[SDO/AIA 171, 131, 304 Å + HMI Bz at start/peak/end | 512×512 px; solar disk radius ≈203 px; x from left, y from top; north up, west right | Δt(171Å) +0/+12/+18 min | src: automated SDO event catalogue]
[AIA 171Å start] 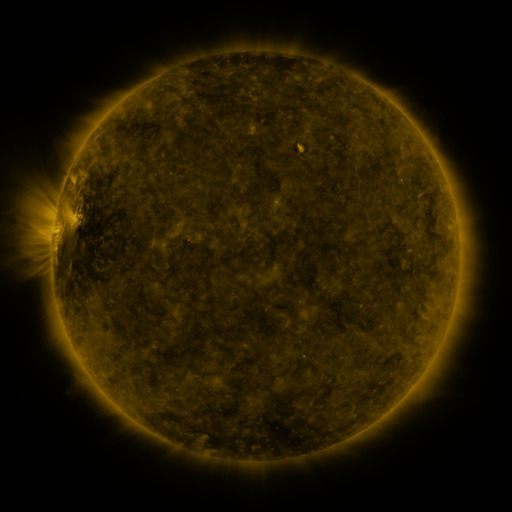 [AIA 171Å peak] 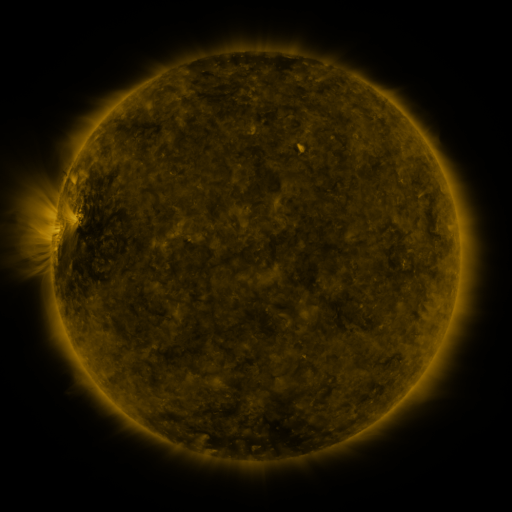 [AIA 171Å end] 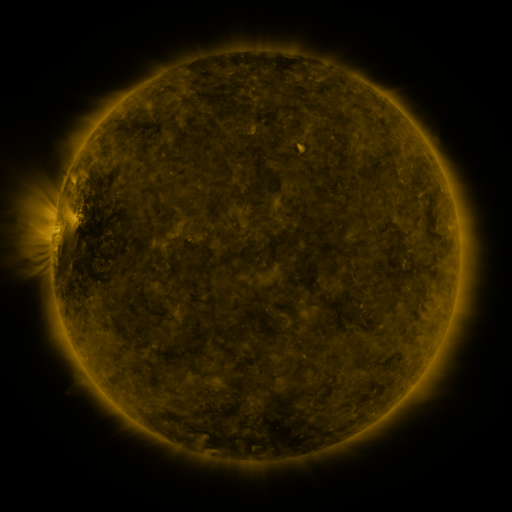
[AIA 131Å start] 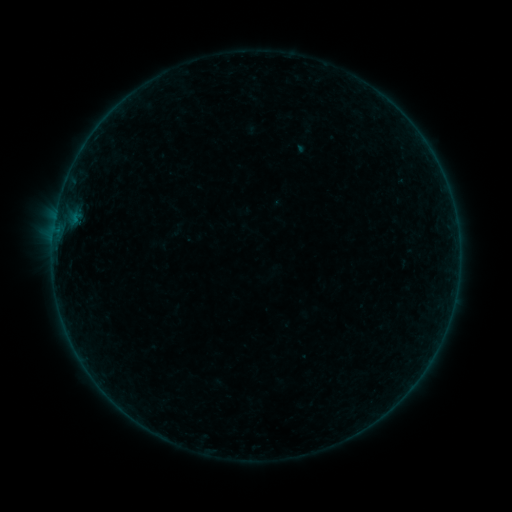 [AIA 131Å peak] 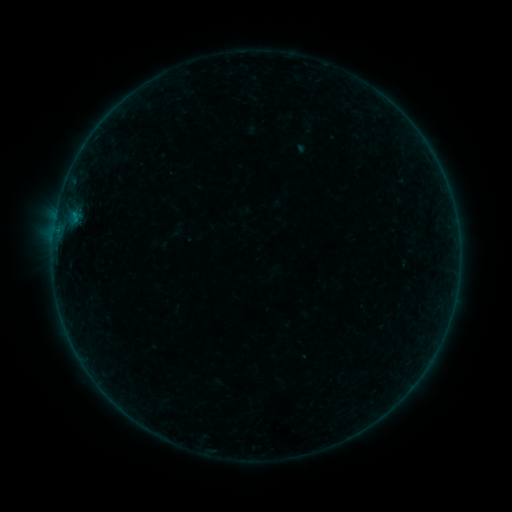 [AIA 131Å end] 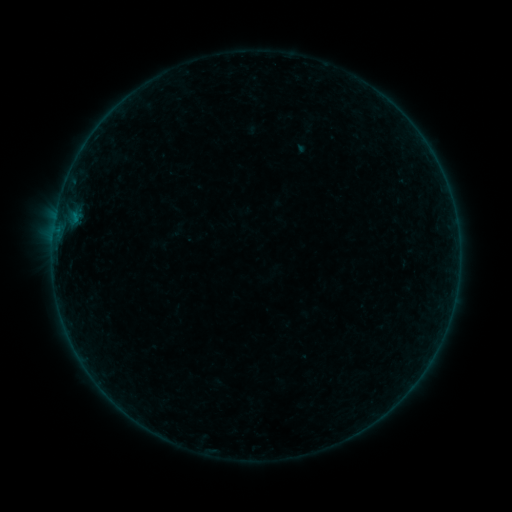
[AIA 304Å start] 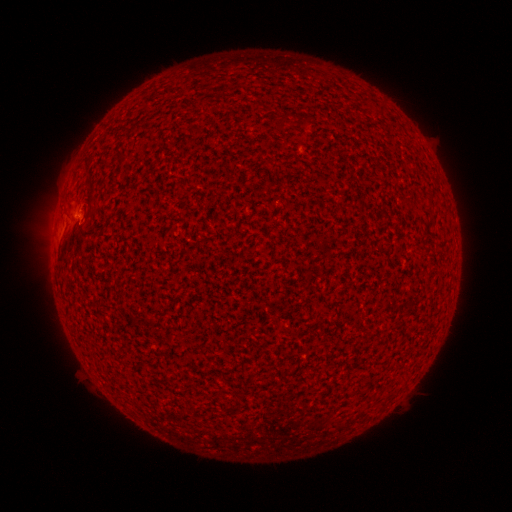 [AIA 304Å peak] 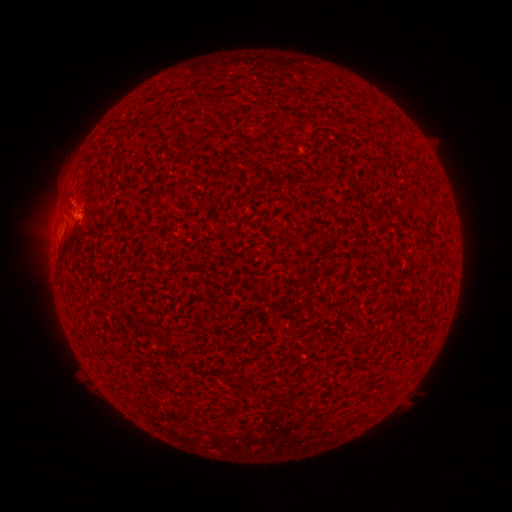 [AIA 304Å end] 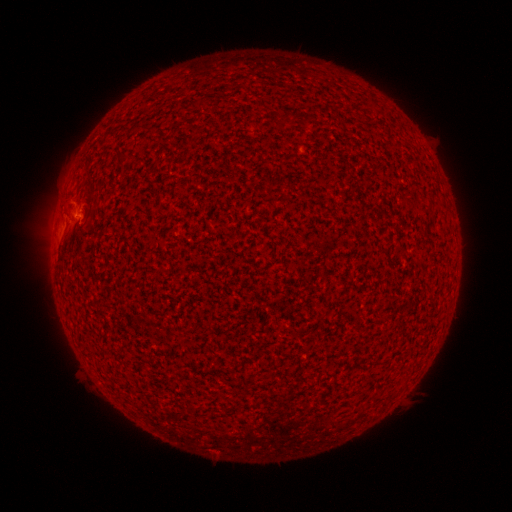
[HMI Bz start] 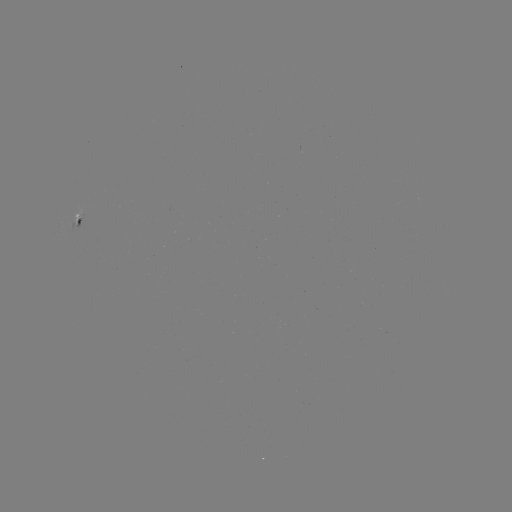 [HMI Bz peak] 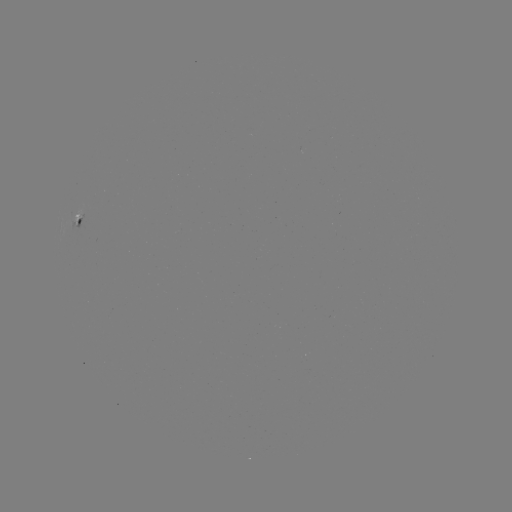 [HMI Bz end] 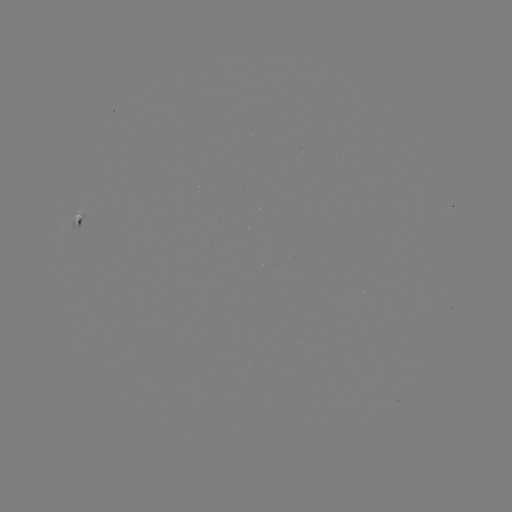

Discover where B1.9 flare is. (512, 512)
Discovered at [75, 214].